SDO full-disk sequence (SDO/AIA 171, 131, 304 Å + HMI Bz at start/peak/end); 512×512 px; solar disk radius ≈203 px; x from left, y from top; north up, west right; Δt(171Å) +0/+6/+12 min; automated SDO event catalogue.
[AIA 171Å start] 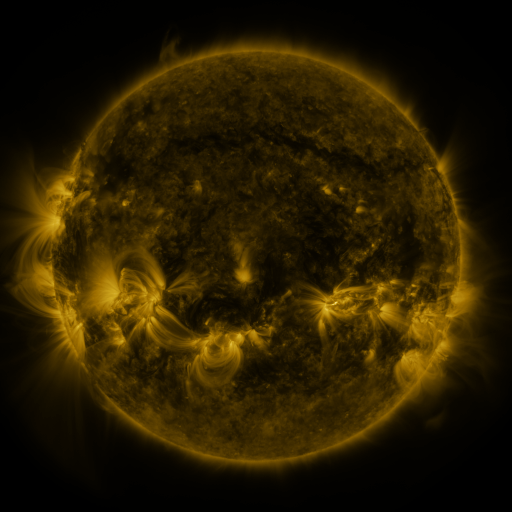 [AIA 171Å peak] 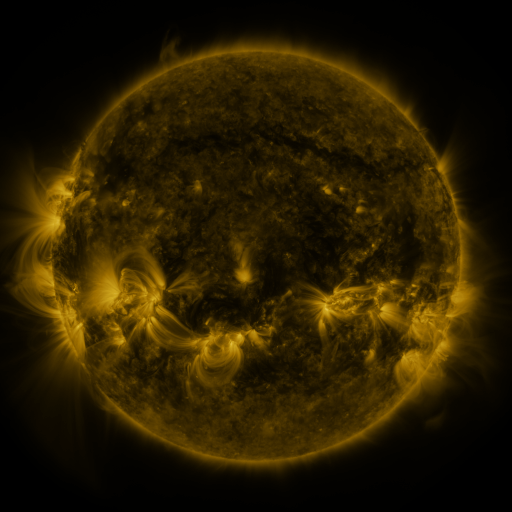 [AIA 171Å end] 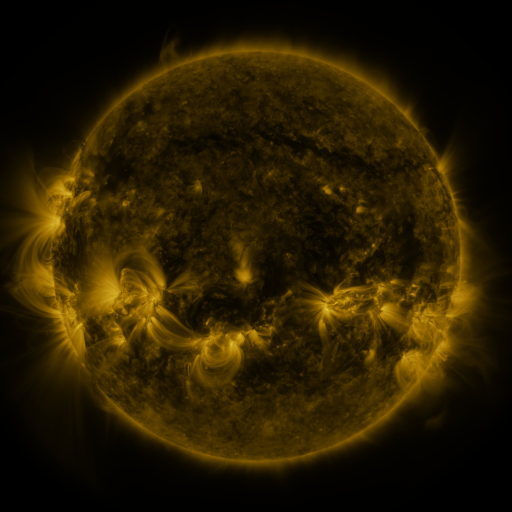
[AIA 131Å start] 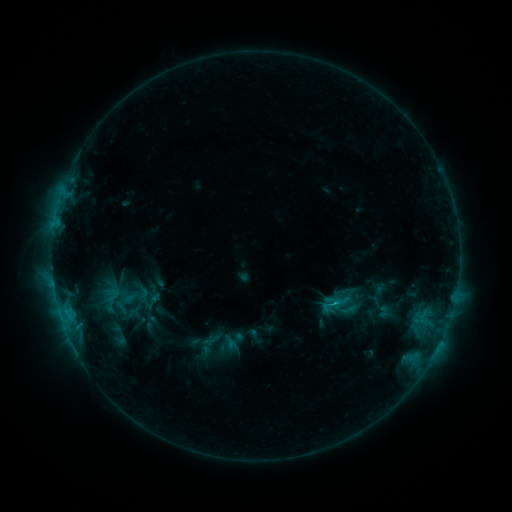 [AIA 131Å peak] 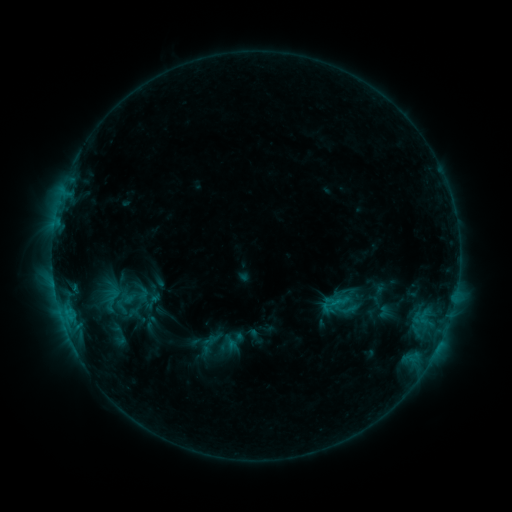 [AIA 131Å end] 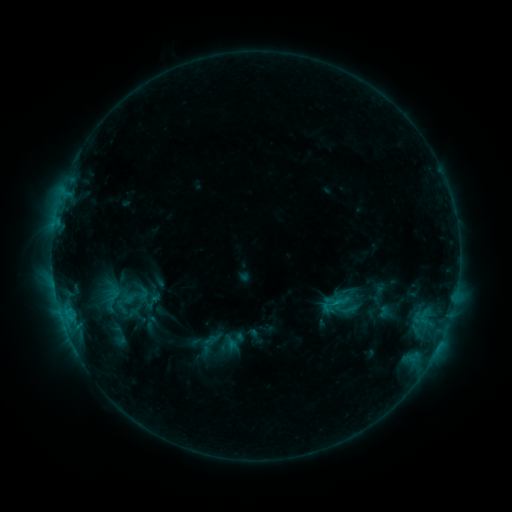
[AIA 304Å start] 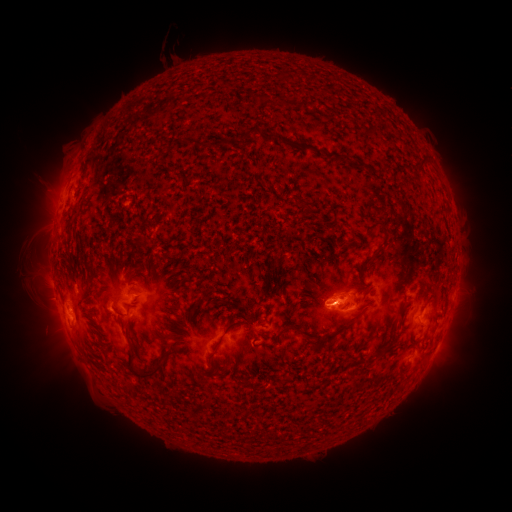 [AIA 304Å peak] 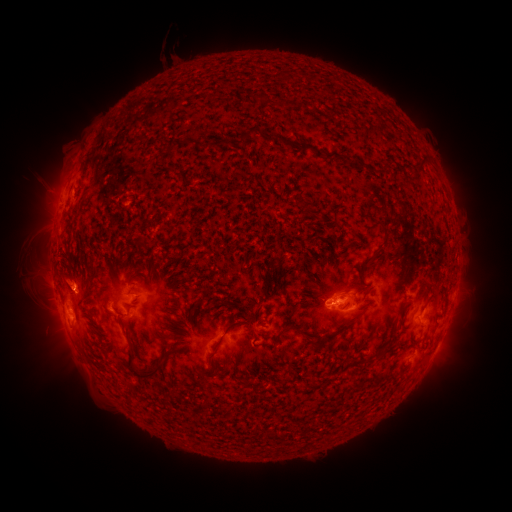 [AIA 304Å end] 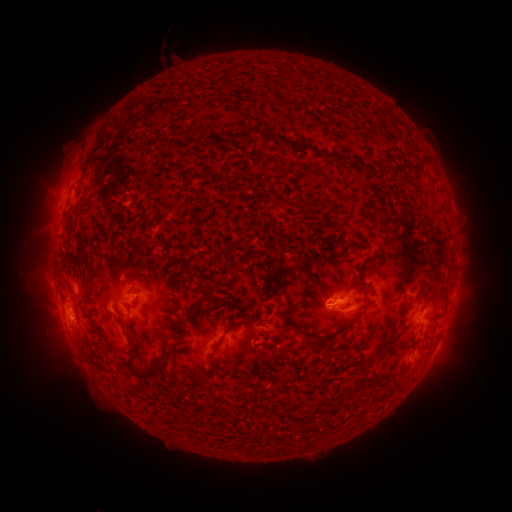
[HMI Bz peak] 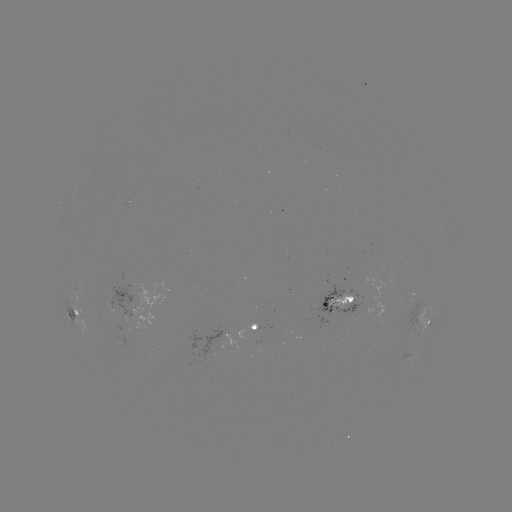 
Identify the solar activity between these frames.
eruption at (79, 279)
